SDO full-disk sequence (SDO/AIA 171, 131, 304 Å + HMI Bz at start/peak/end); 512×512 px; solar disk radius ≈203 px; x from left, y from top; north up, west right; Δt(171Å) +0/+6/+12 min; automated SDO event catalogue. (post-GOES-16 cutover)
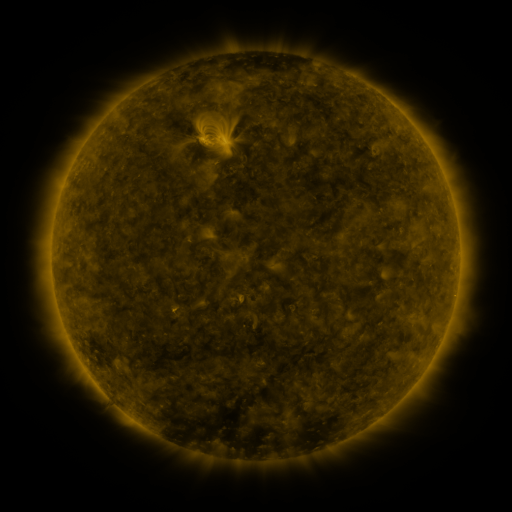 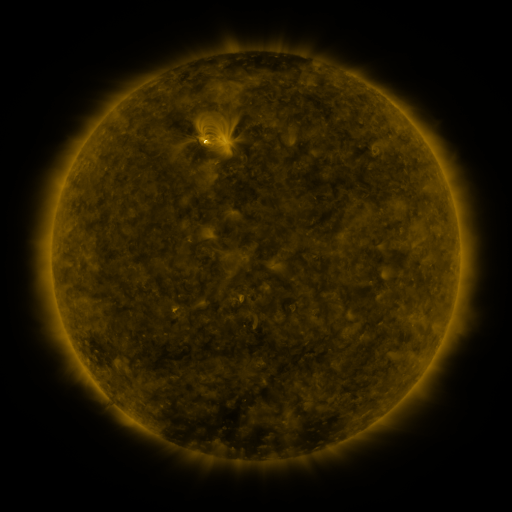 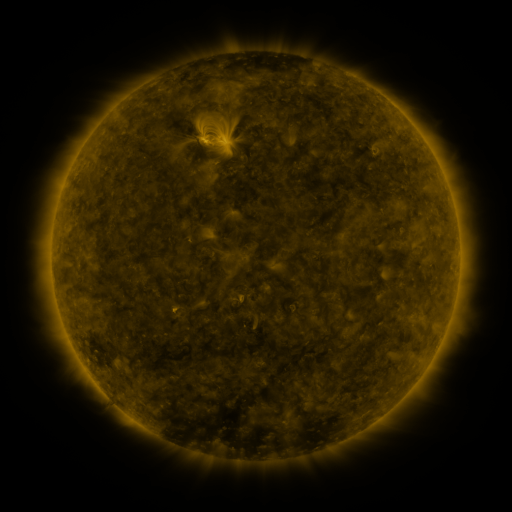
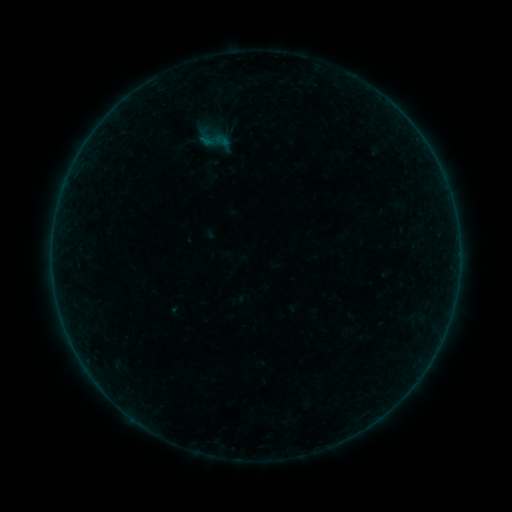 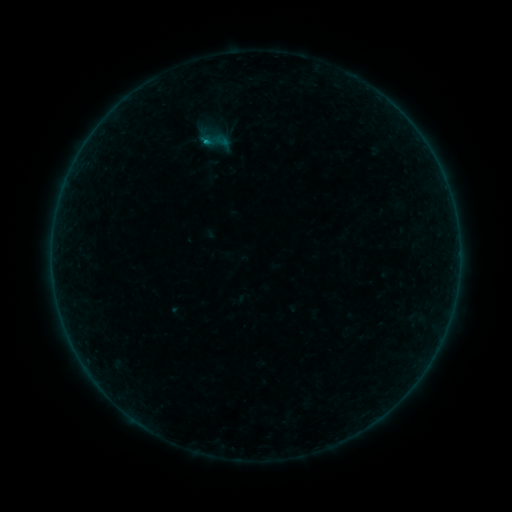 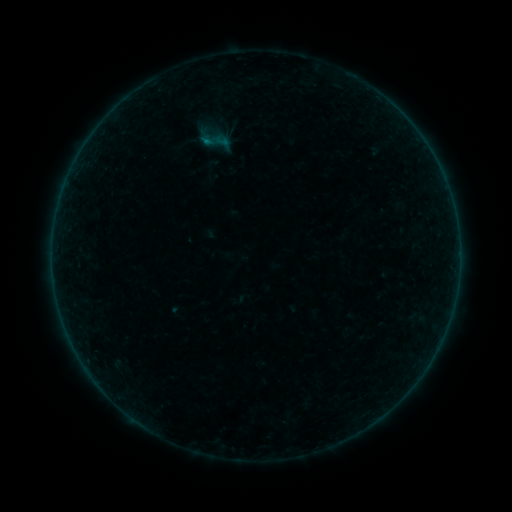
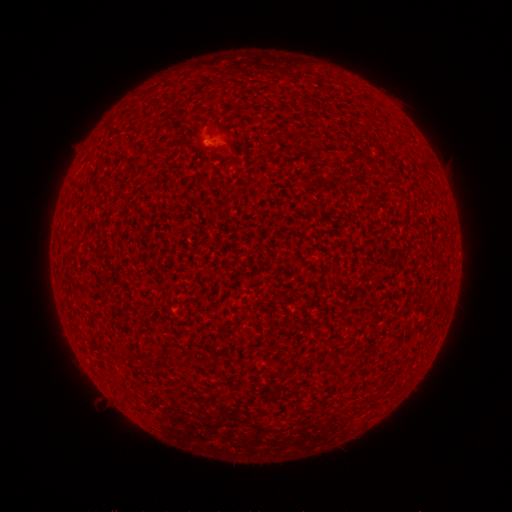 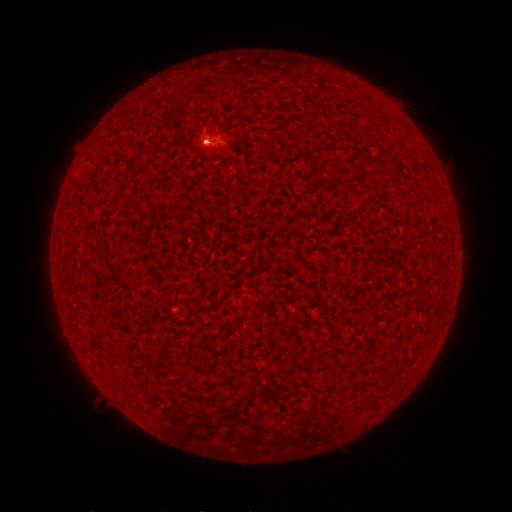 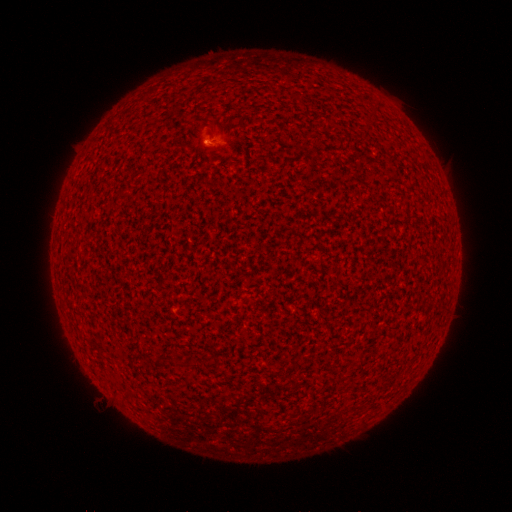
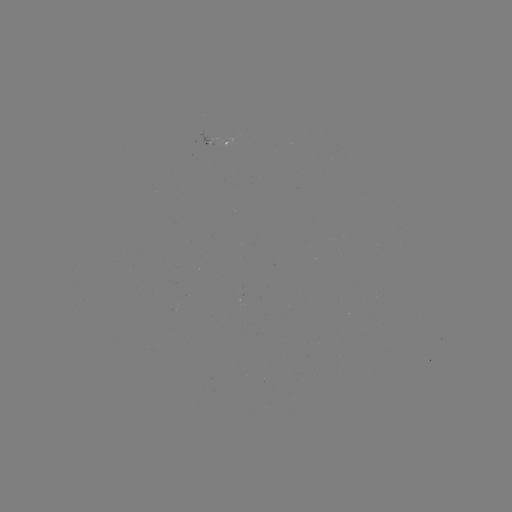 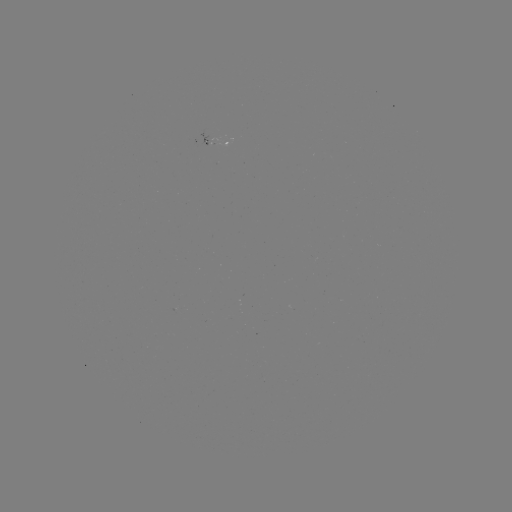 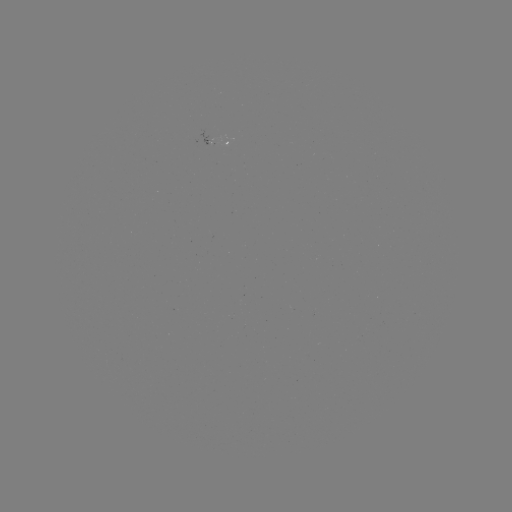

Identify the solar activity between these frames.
B1.4 flare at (208, 144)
